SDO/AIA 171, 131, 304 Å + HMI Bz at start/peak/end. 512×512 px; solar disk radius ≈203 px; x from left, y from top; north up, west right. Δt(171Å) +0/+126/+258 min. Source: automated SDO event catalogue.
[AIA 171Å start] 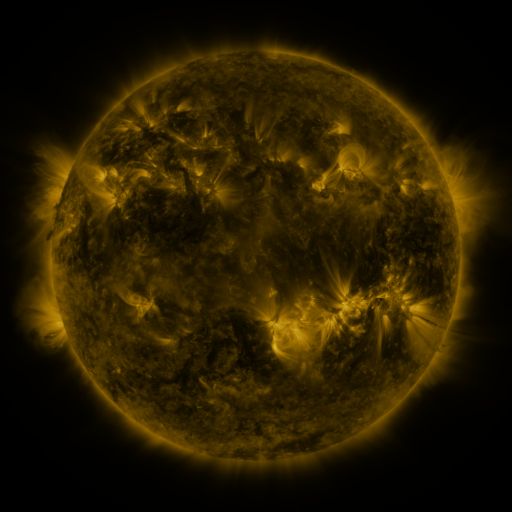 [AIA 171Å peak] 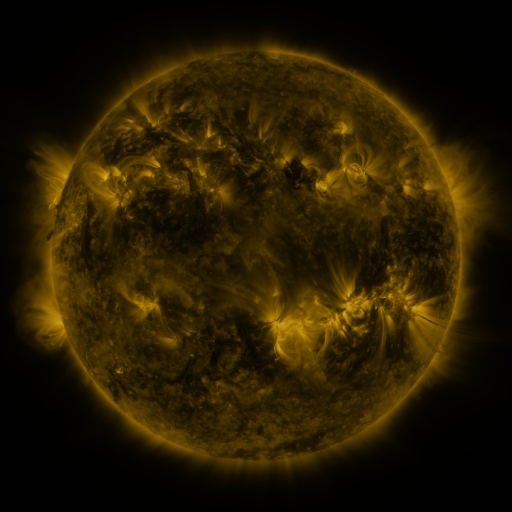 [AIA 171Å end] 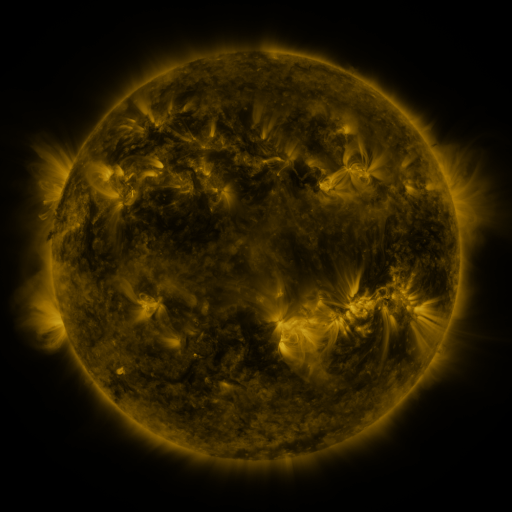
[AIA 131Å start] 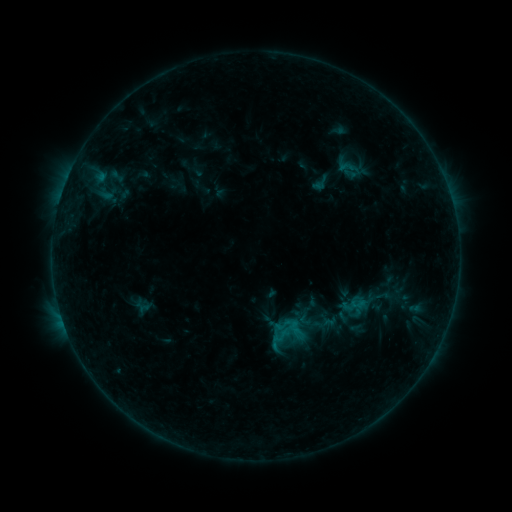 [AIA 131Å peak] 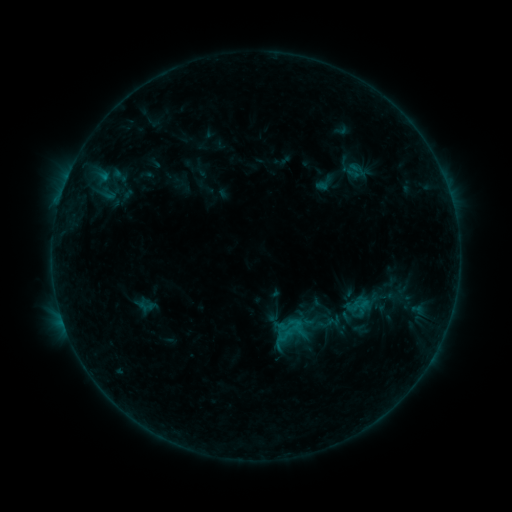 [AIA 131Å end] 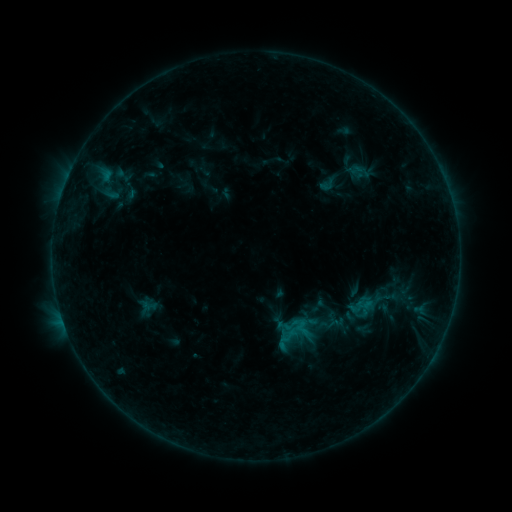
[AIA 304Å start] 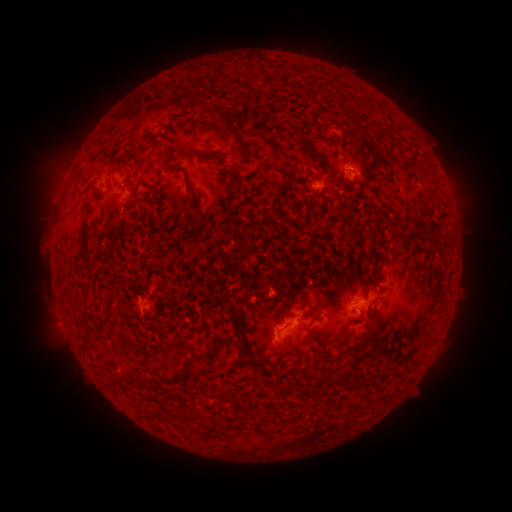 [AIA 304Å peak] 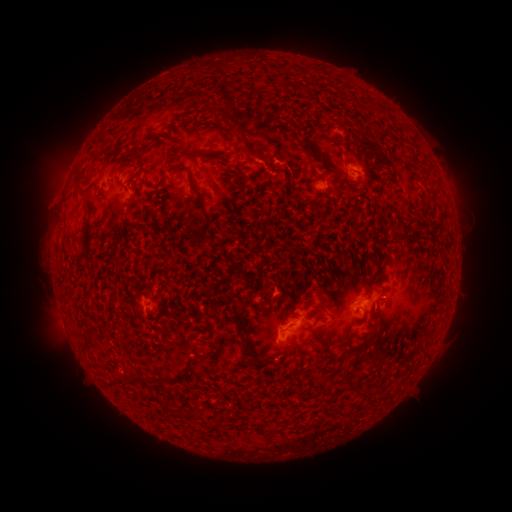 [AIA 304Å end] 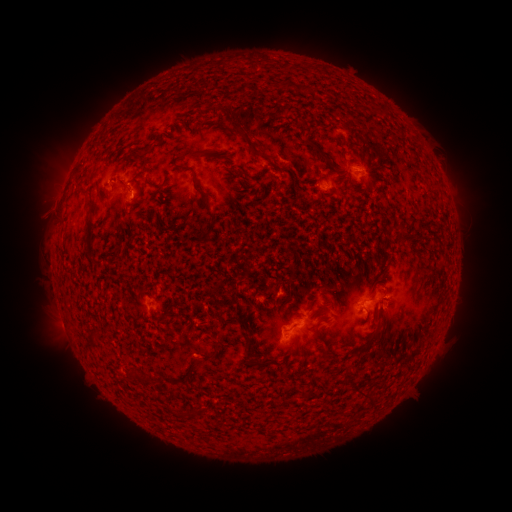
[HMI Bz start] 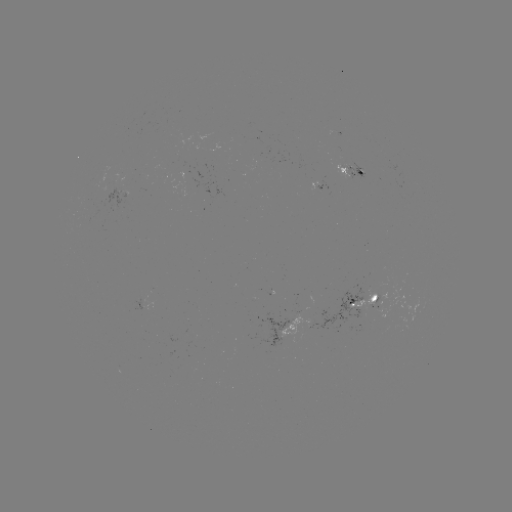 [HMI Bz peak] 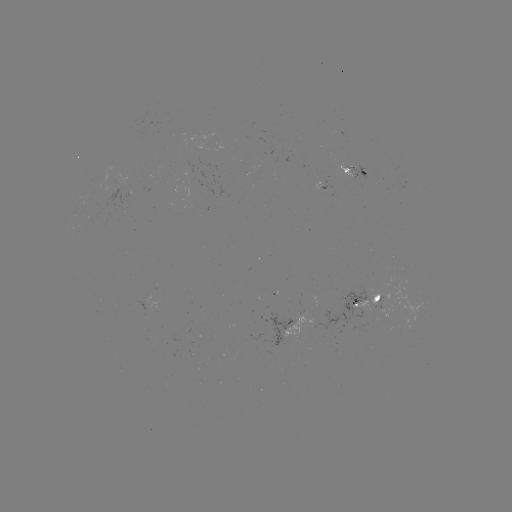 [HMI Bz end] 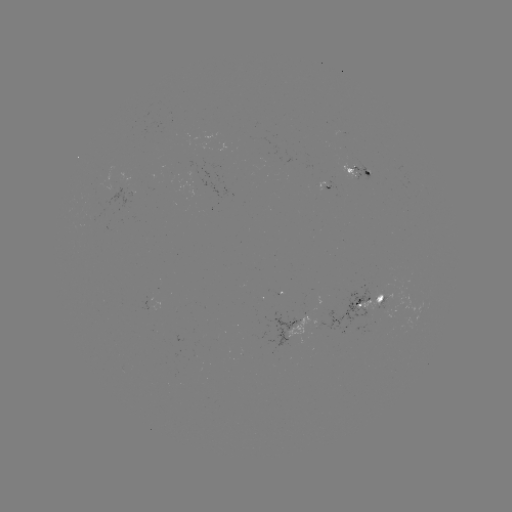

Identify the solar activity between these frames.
filament eruption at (266, 141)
